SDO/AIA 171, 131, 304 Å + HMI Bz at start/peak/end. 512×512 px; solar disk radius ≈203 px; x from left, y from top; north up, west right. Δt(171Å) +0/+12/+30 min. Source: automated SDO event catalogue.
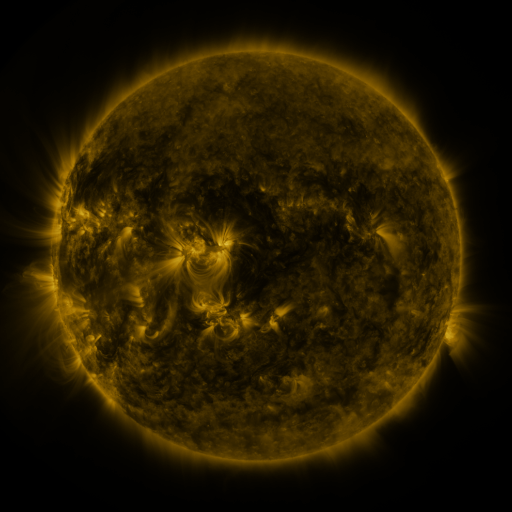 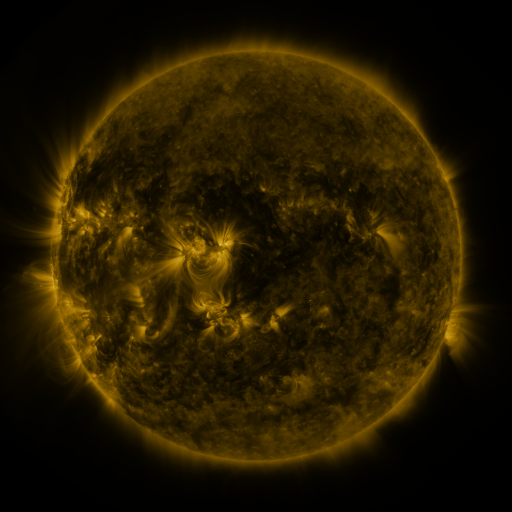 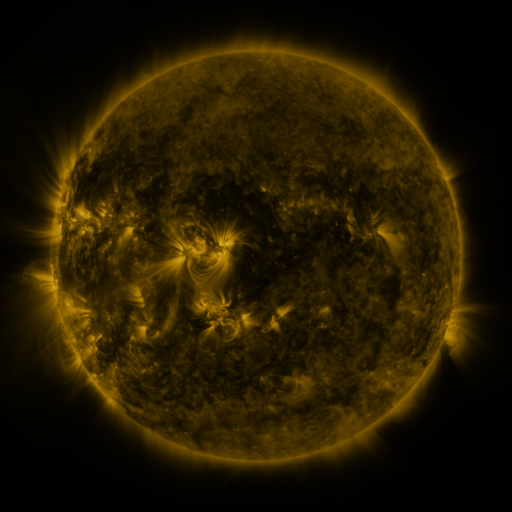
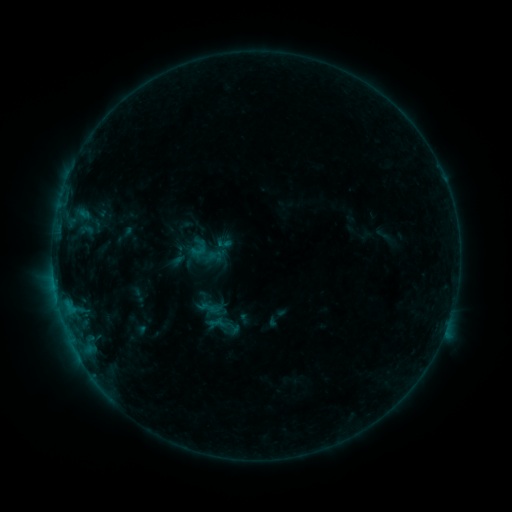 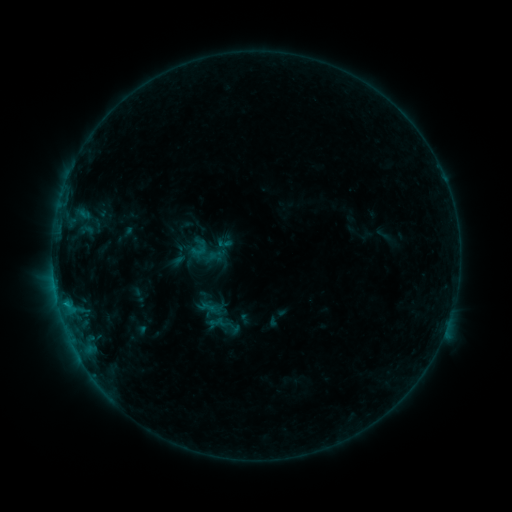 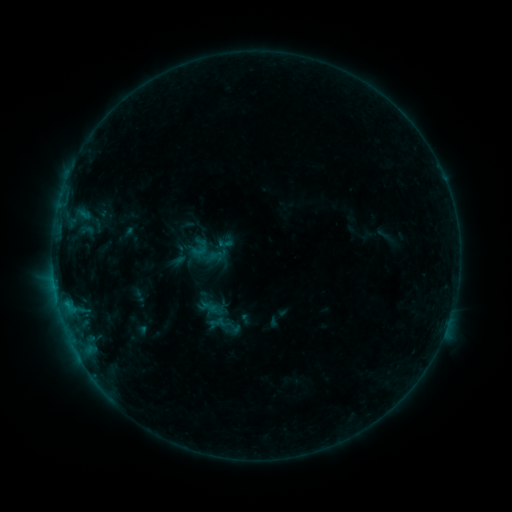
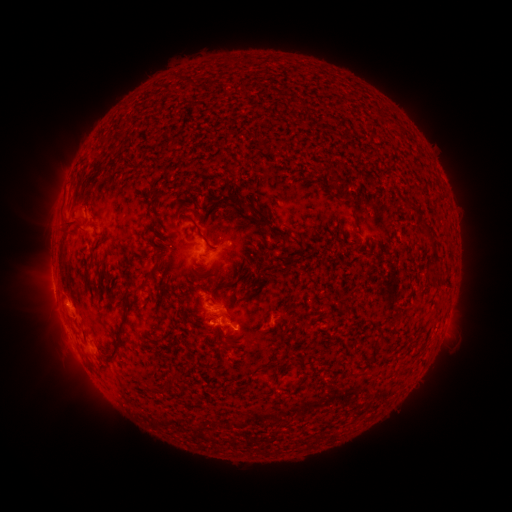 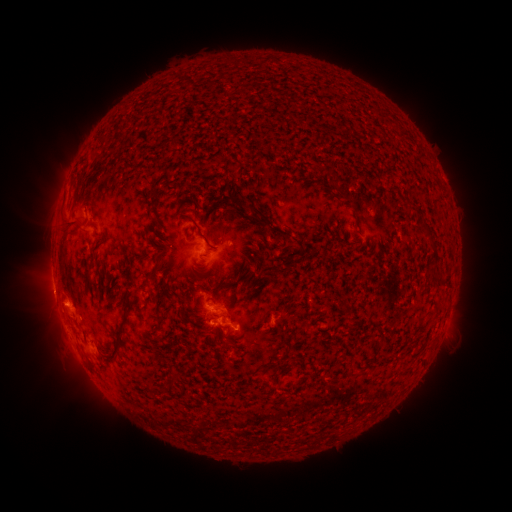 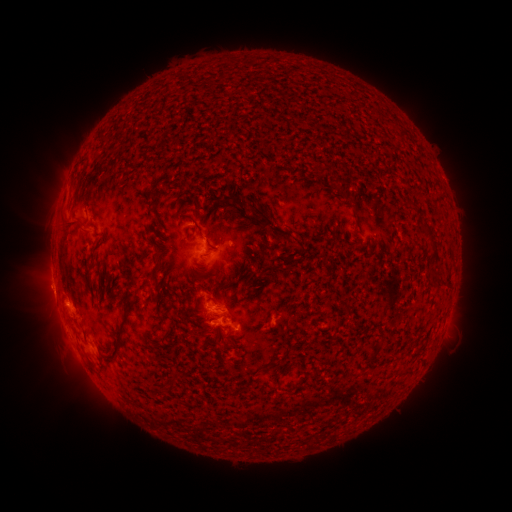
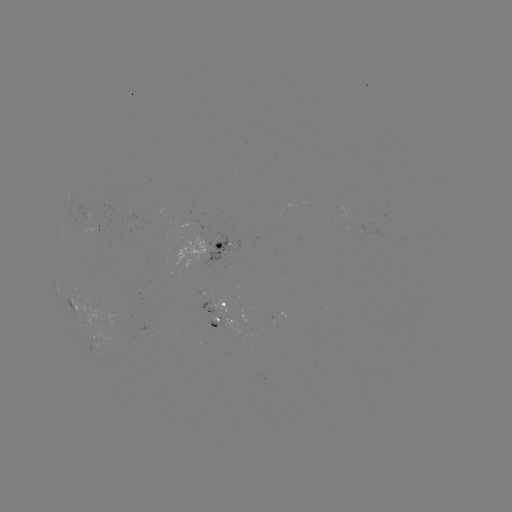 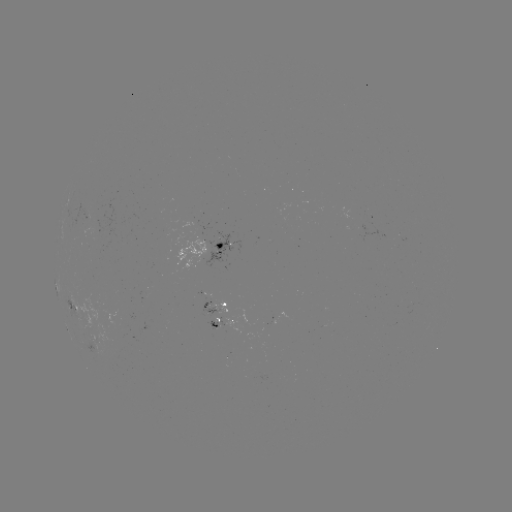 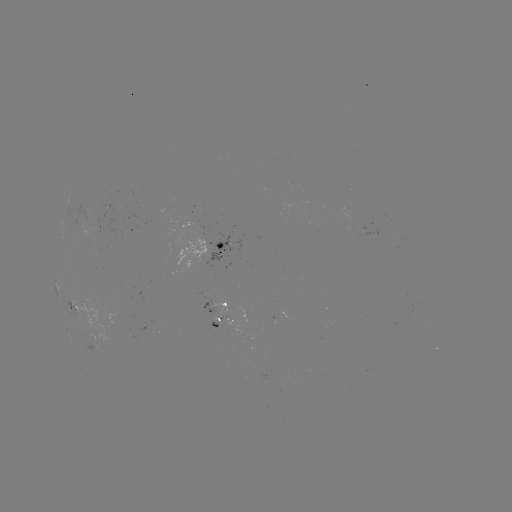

nothing was catalogued: no classed flare, no EUV trigger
